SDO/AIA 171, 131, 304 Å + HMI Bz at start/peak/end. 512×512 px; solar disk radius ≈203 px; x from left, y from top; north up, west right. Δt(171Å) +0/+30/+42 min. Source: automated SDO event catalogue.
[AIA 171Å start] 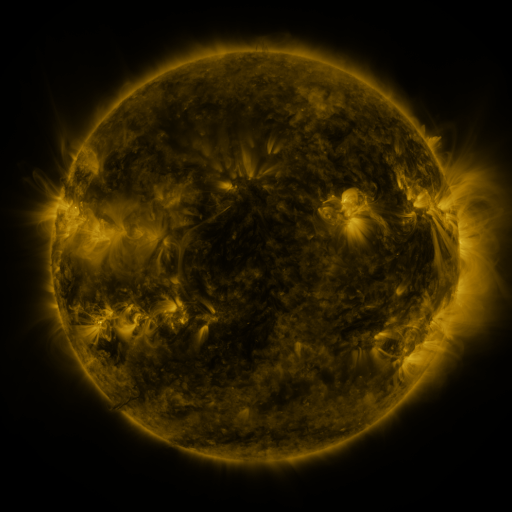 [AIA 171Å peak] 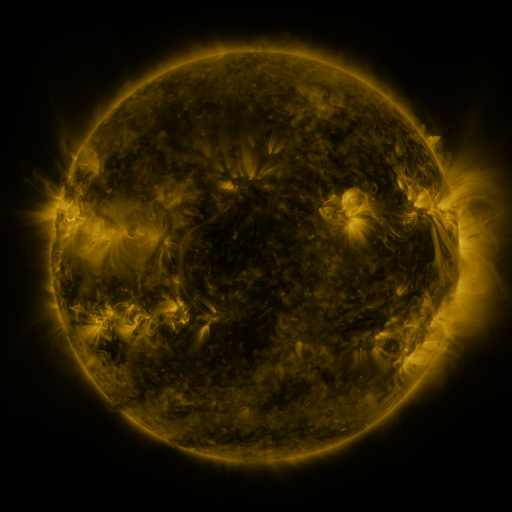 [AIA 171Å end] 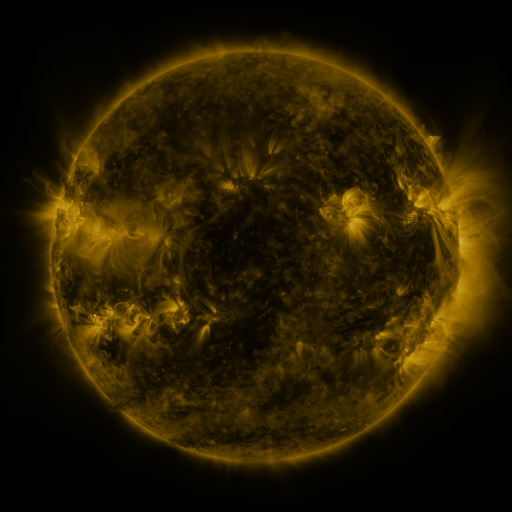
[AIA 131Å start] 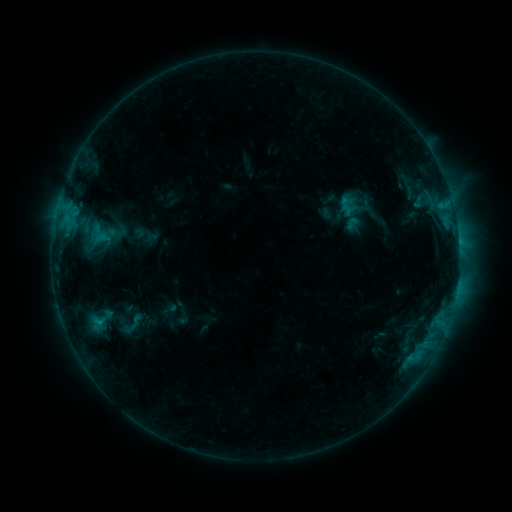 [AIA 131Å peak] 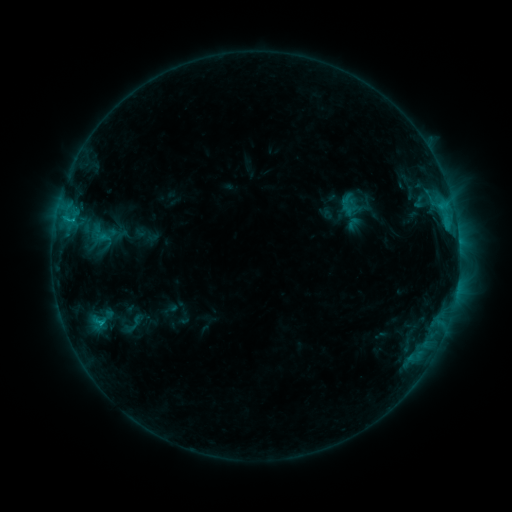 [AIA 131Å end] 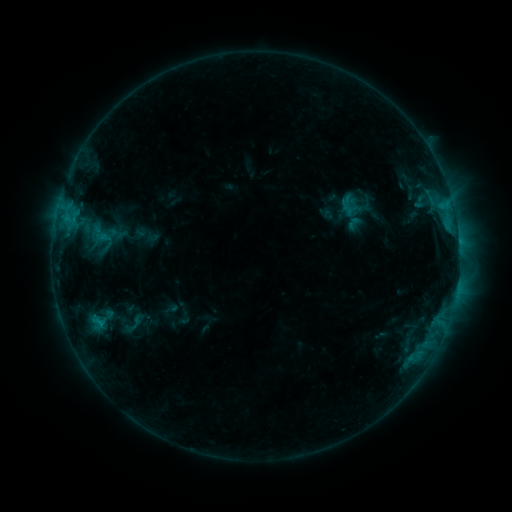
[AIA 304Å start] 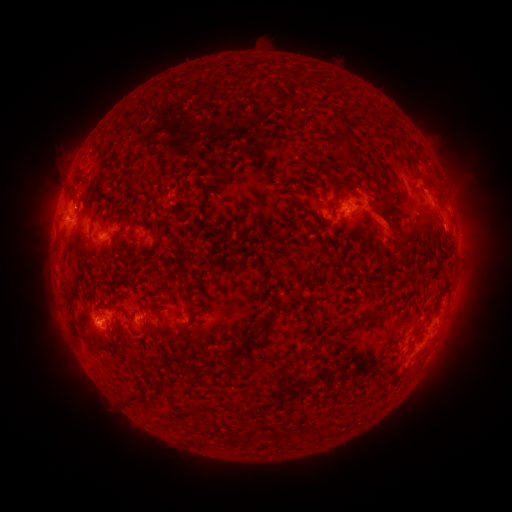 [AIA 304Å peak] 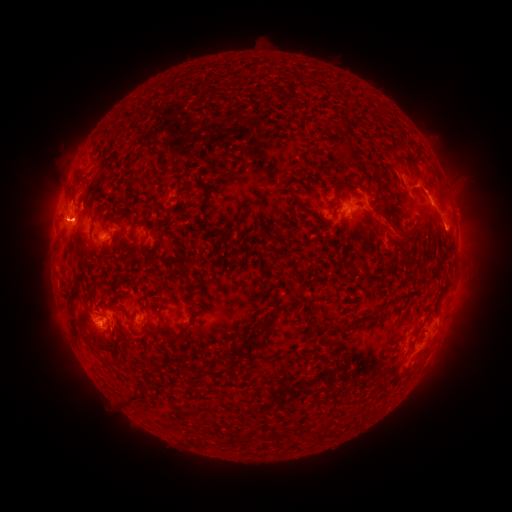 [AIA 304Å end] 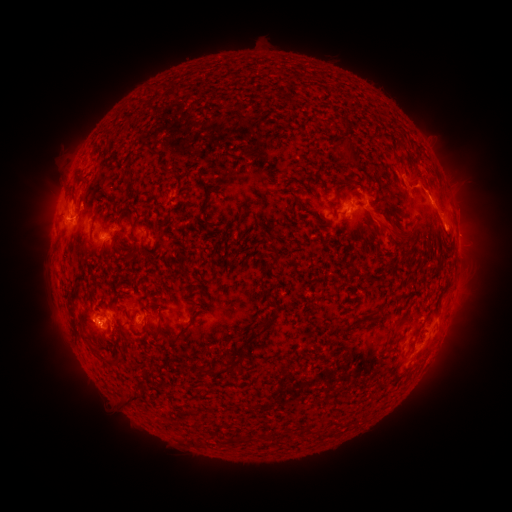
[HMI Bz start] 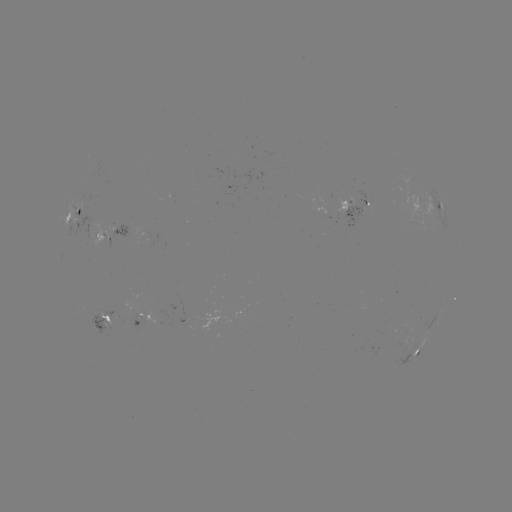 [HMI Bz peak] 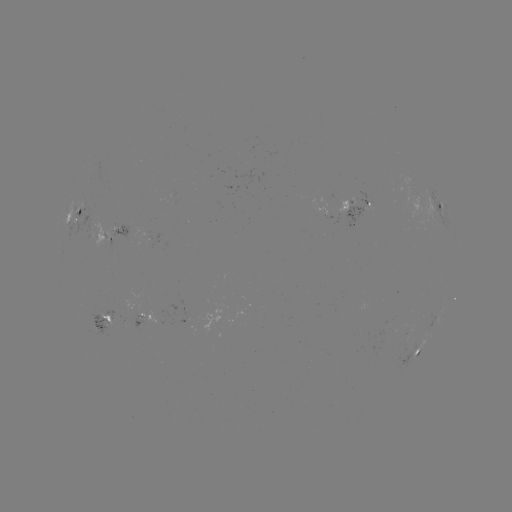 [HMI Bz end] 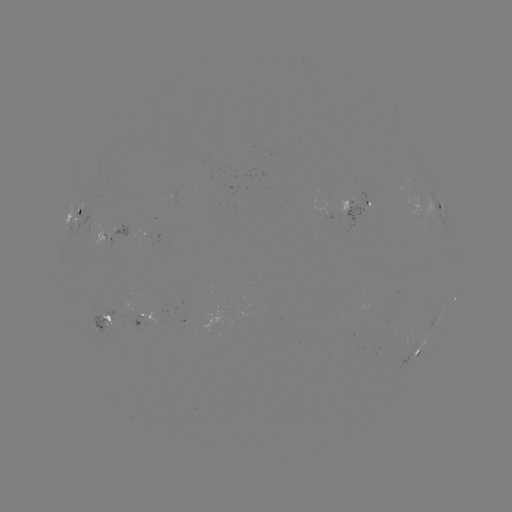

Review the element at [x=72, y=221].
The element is C1.9 flare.